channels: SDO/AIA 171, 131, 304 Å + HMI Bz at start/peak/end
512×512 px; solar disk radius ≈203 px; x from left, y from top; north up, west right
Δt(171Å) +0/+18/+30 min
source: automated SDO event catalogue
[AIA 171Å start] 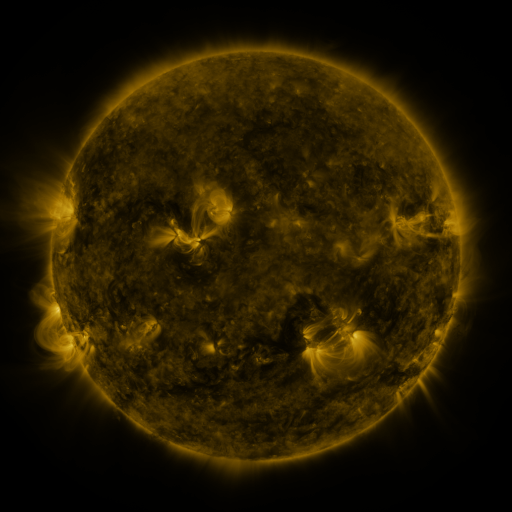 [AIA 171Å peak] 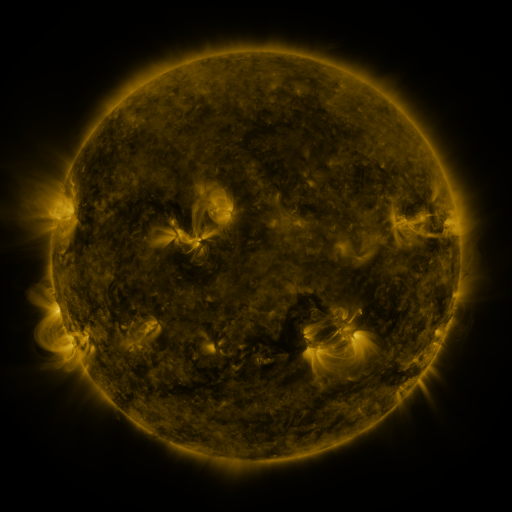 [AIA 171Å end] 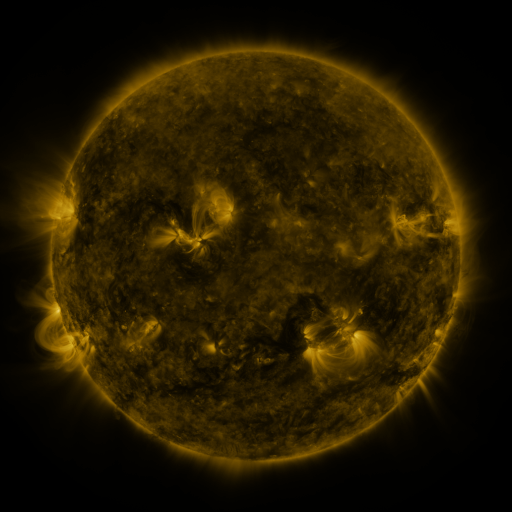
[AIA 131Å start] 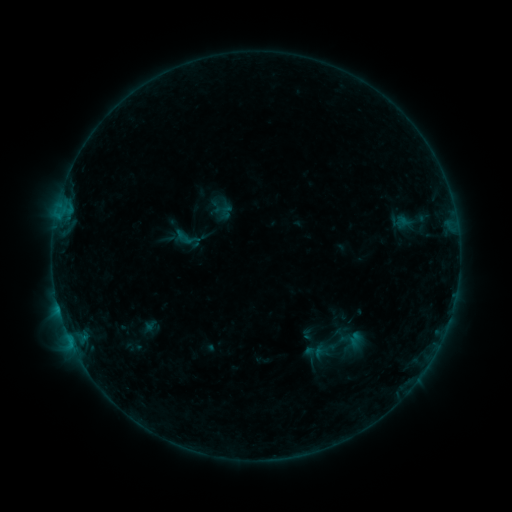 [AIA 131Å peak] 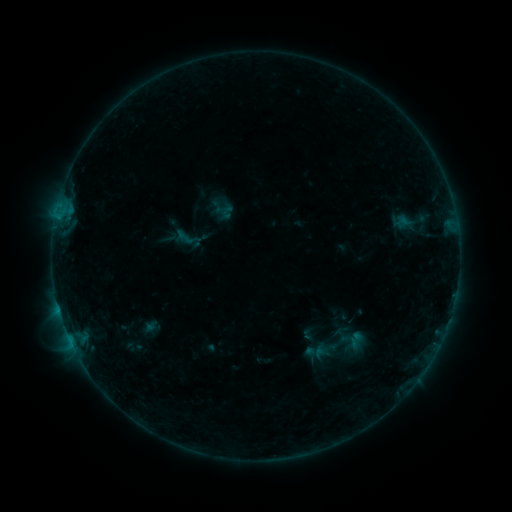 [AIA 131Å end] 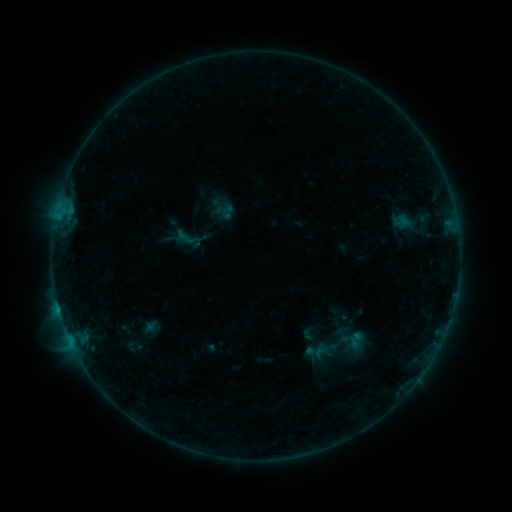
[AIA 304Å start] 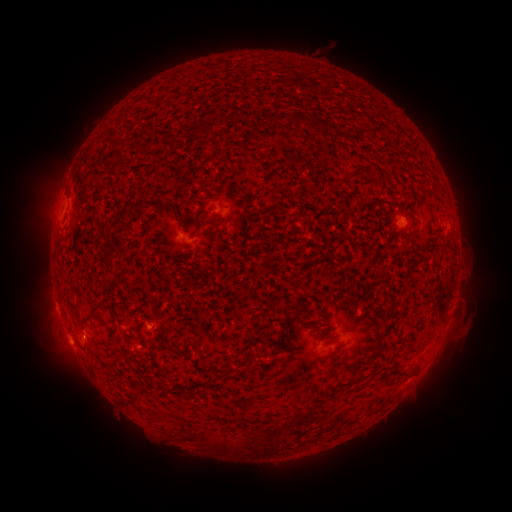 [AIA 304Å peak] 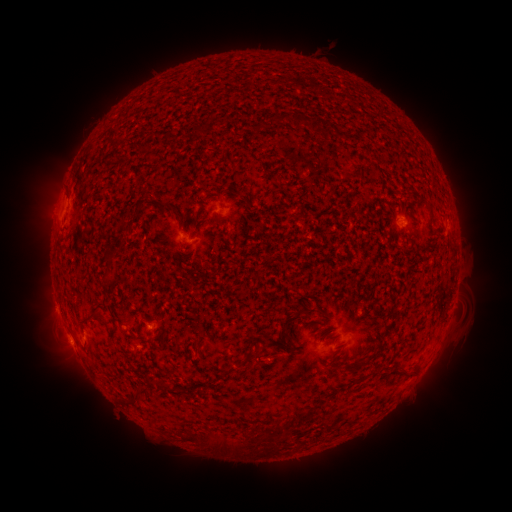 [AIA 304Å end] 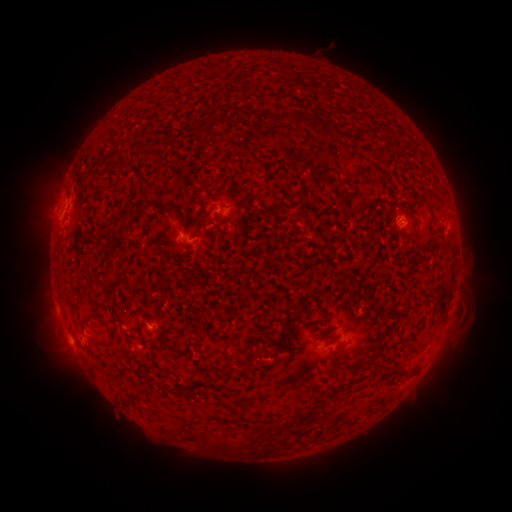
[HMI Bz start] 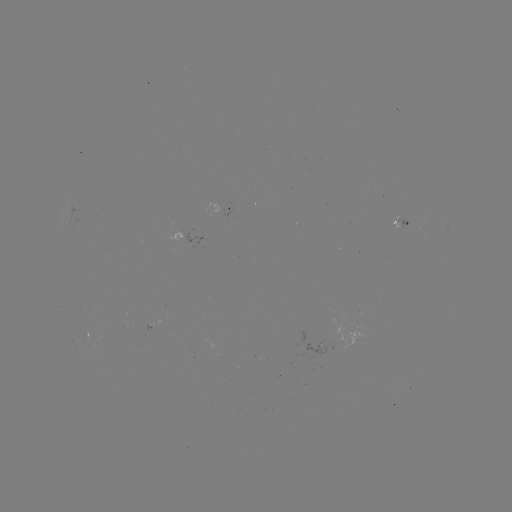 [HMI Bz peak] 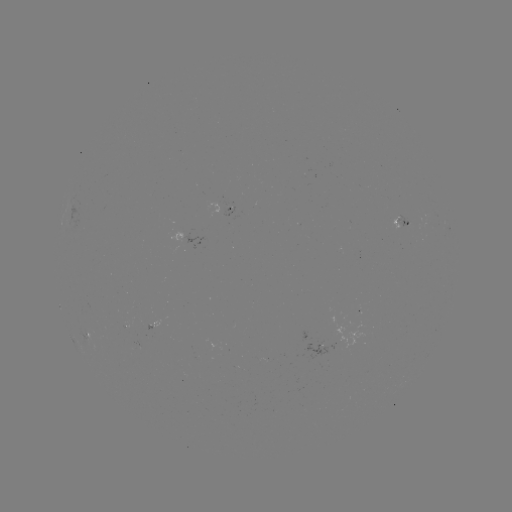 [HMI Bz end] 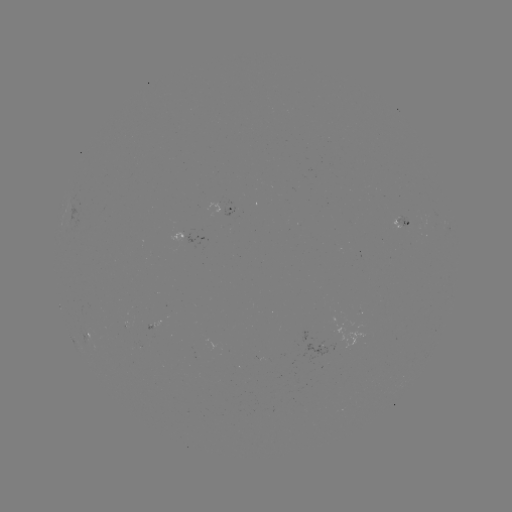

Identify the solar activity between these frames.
no classed flare was catalogued and no EUV brightening was flagged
